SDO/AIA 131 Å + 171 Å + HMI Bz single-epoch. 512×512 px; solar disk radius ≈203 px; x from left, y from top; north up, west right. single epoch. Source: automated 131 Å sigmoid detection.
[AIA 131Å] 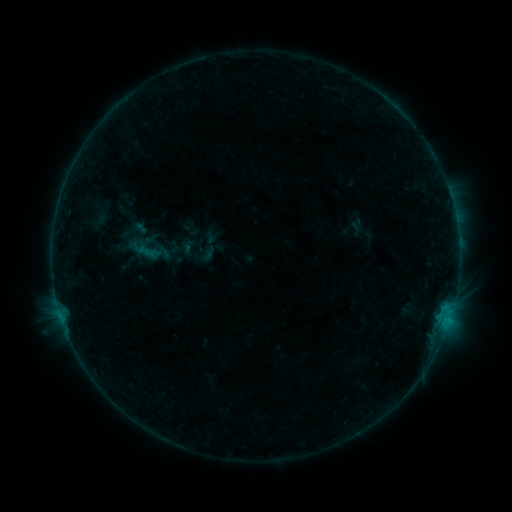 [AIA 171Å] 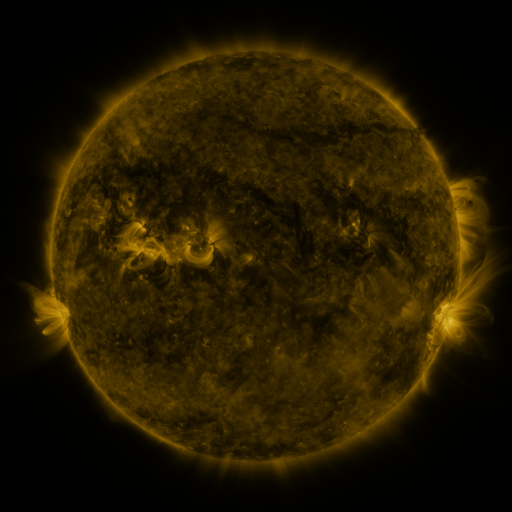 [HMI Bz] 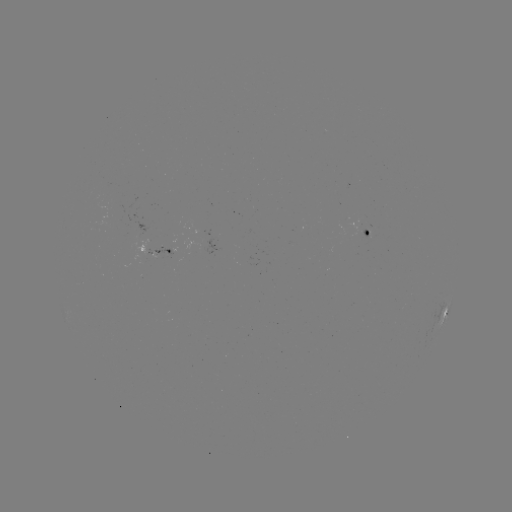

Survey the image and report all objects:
sigmoid: (144, 250)
